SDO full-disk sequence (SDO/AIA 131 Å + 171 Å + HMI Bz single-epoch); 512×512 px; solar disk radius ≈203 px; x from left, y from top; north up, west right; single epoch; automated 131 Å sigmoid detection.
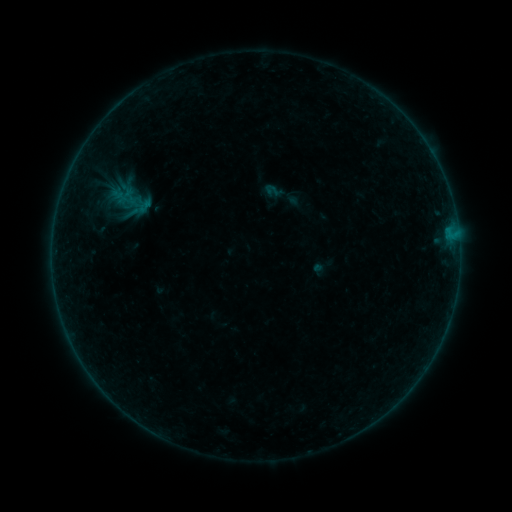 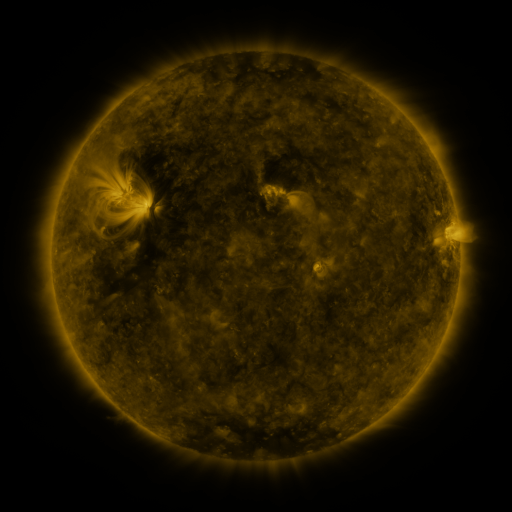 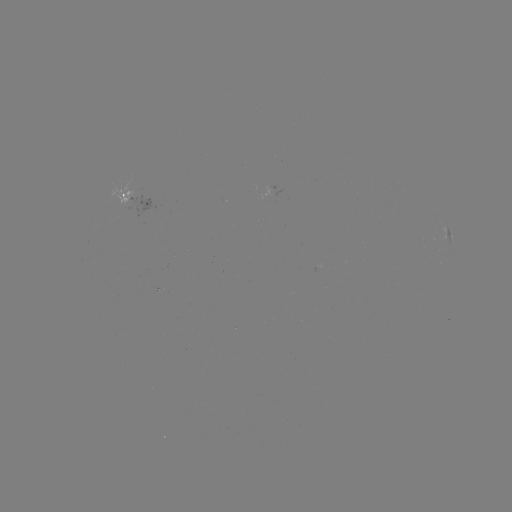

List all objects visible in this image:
sigmoid: (264, 183, 279, 197)
